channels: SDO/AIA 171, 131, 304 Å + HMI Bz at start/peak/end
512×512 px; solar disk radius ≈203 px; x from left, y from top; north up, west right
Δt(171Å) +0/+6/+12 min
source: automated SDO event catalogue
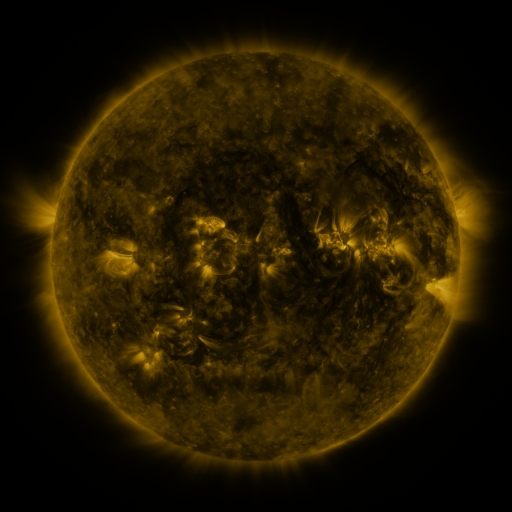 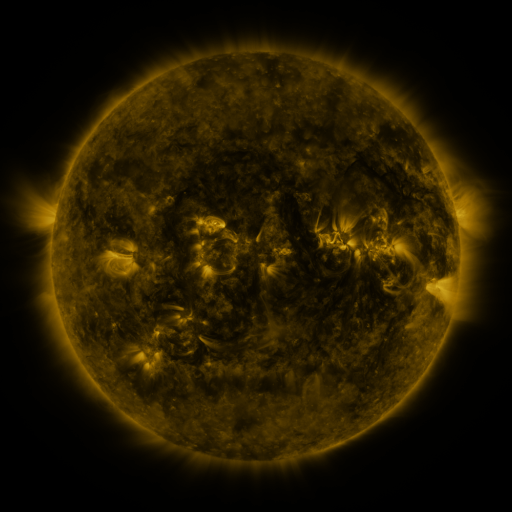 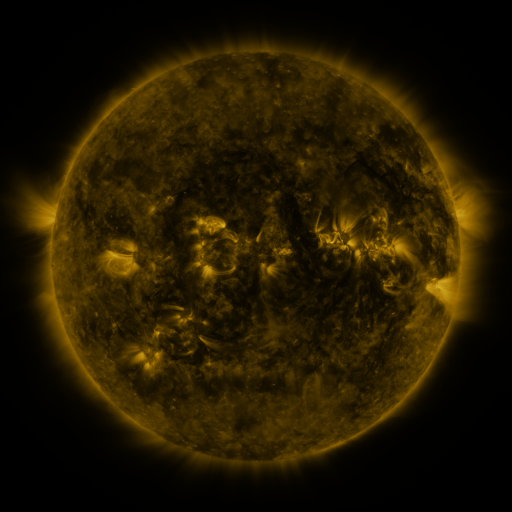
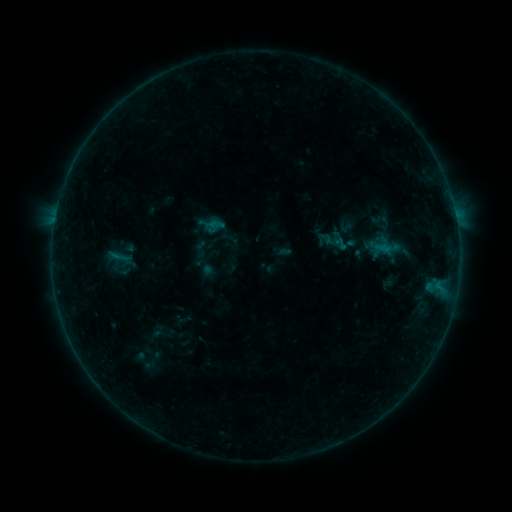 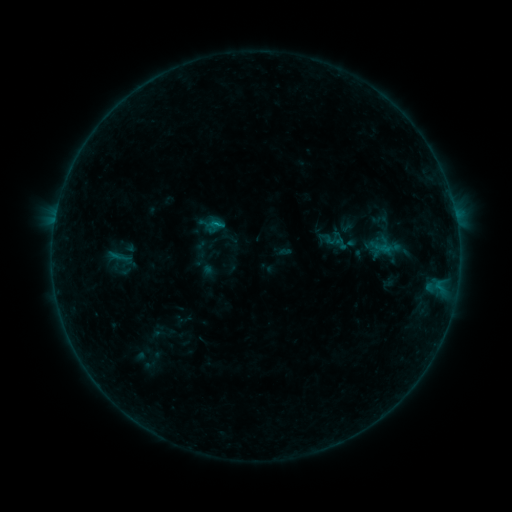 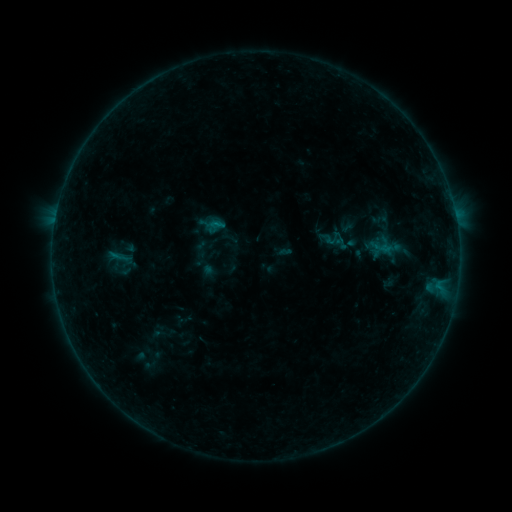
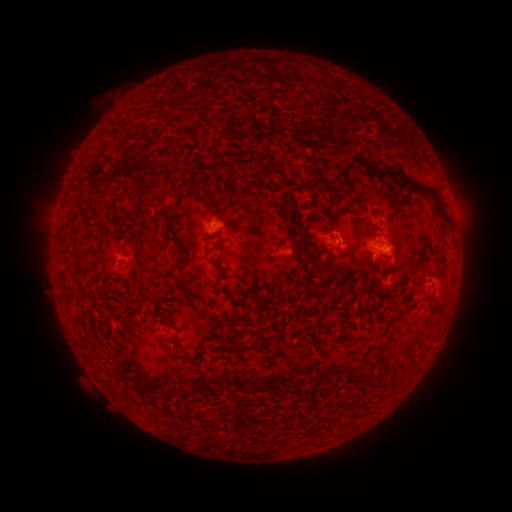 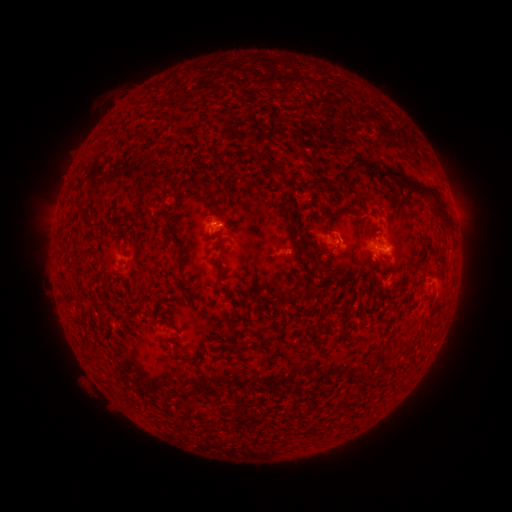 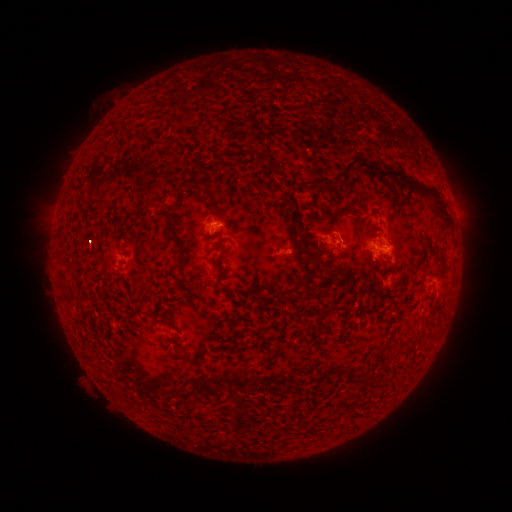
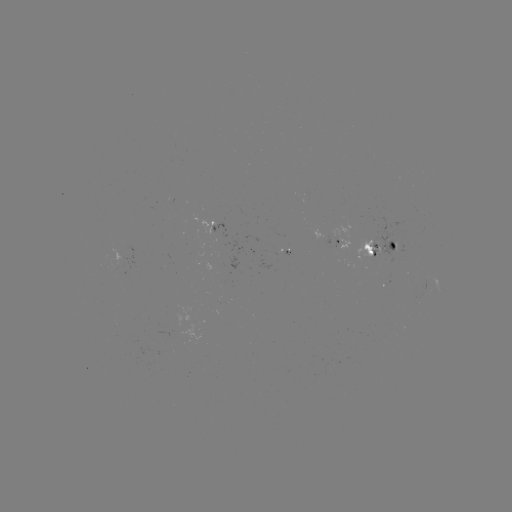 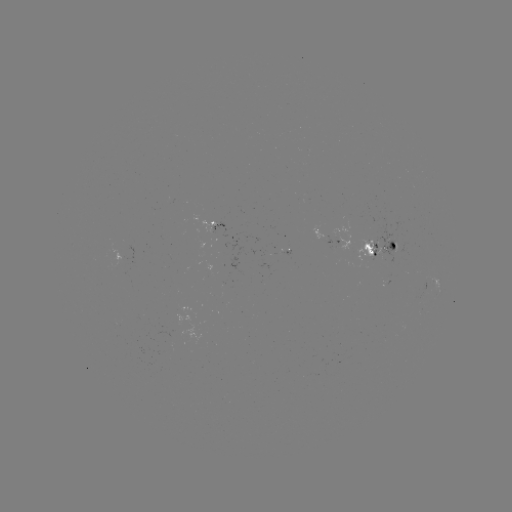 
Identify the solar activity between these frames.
B2.8 flare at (218, 224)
